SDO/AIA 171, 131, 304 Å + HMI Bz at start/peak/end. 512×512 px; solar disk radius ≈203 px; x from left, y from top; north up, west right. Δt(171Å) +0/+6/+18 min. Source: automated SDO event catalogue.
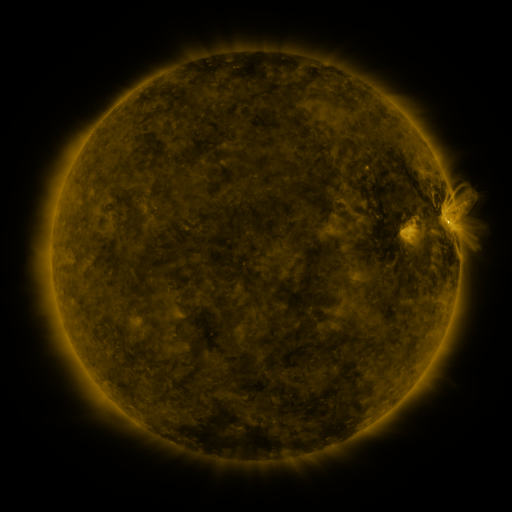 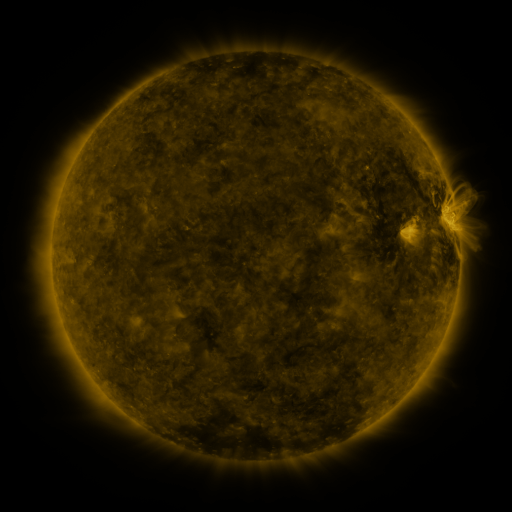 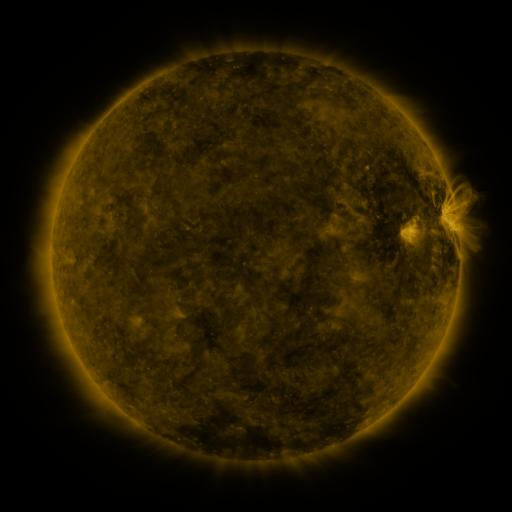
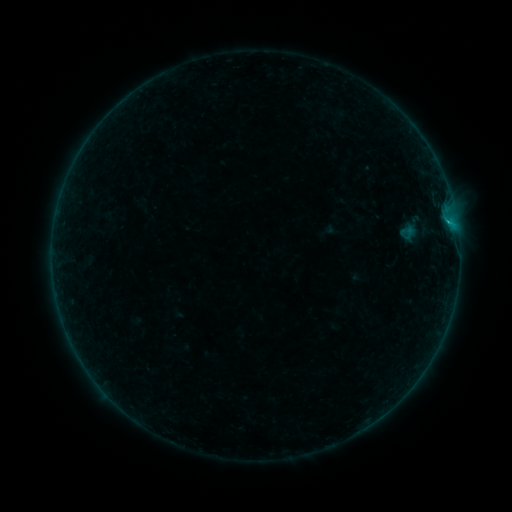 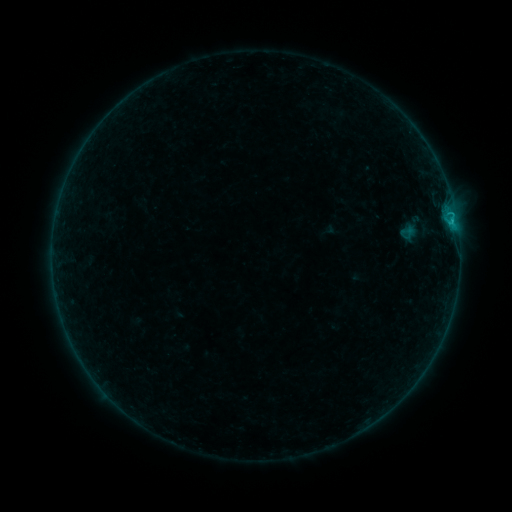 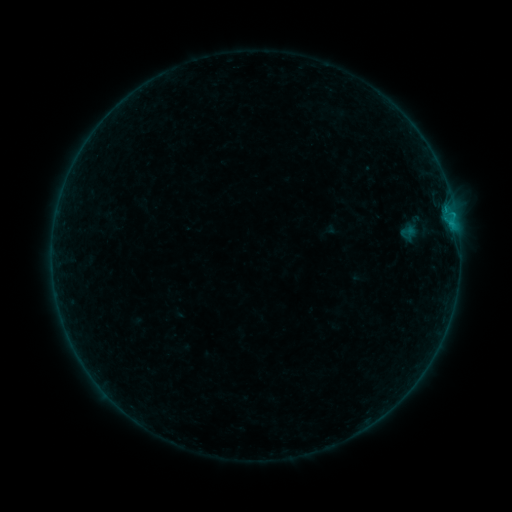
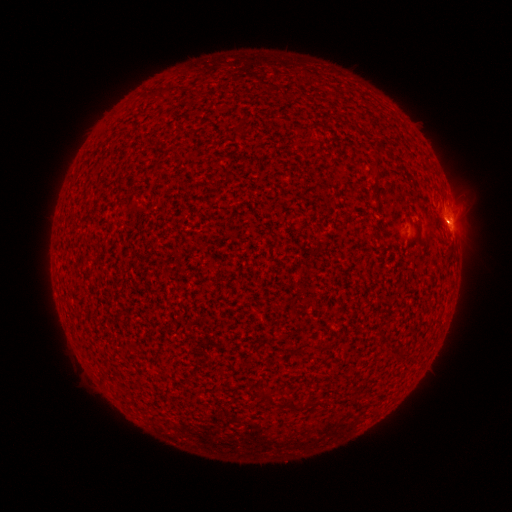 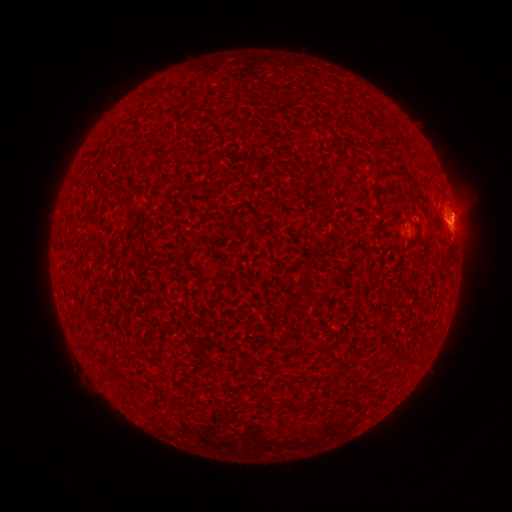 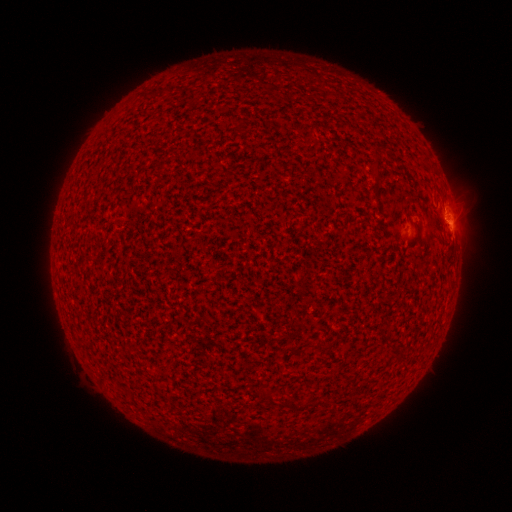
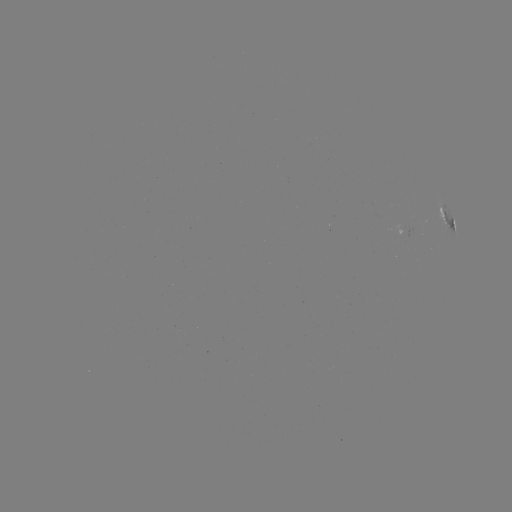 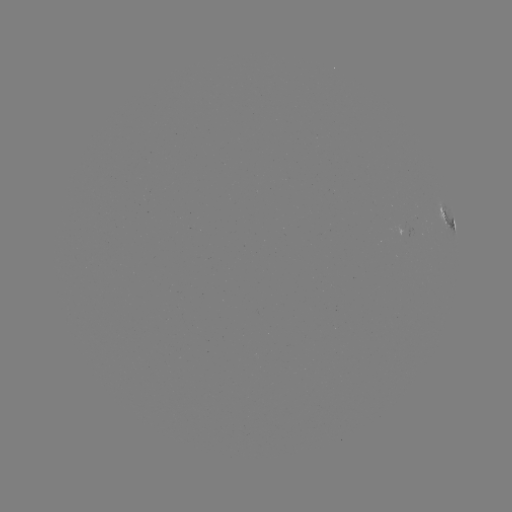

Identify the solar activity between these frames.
B4.5 flare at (452, 222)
